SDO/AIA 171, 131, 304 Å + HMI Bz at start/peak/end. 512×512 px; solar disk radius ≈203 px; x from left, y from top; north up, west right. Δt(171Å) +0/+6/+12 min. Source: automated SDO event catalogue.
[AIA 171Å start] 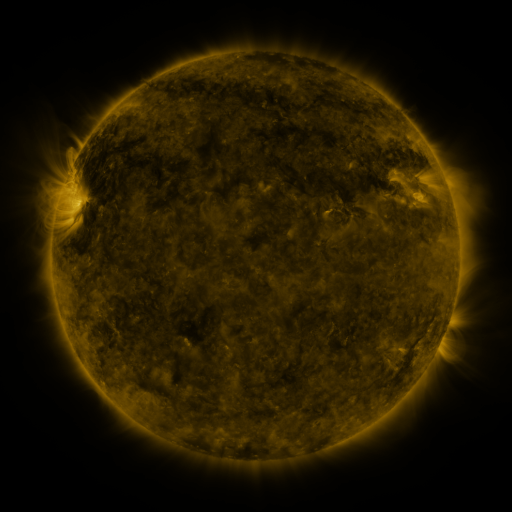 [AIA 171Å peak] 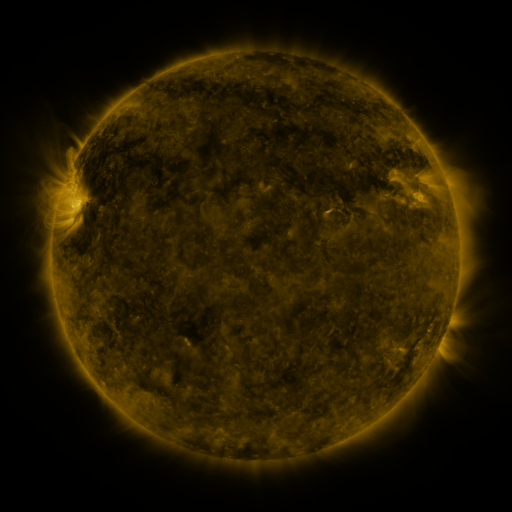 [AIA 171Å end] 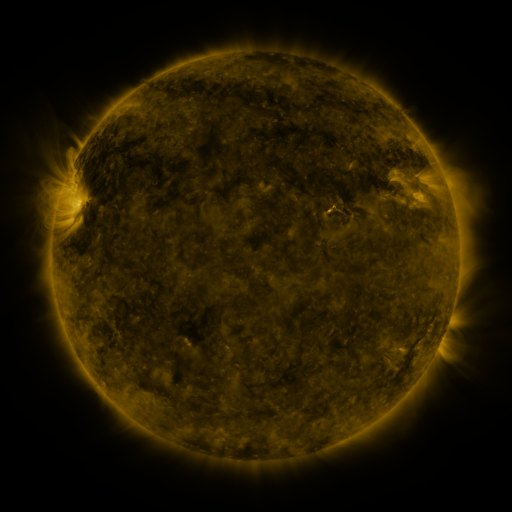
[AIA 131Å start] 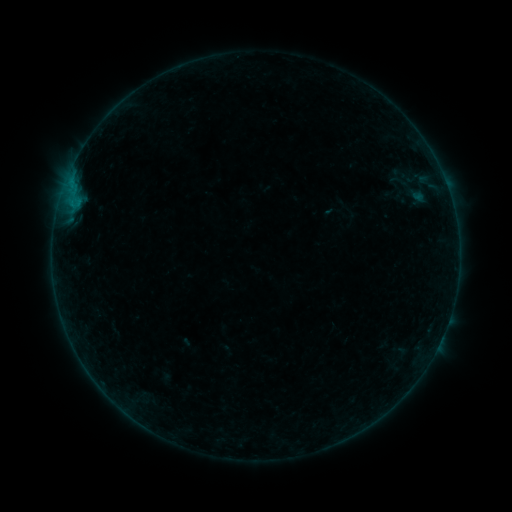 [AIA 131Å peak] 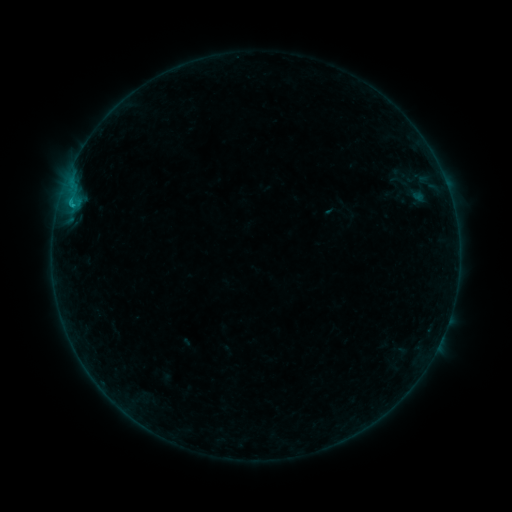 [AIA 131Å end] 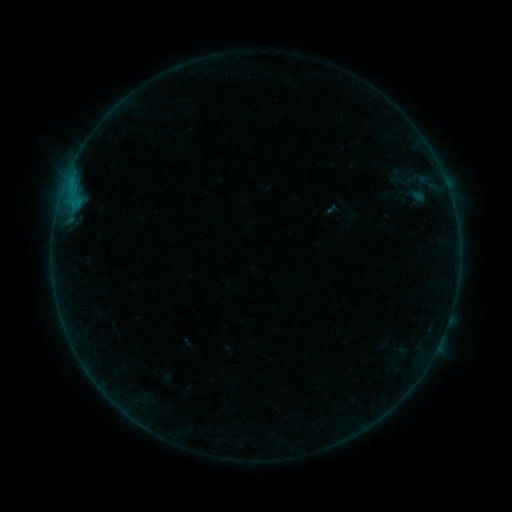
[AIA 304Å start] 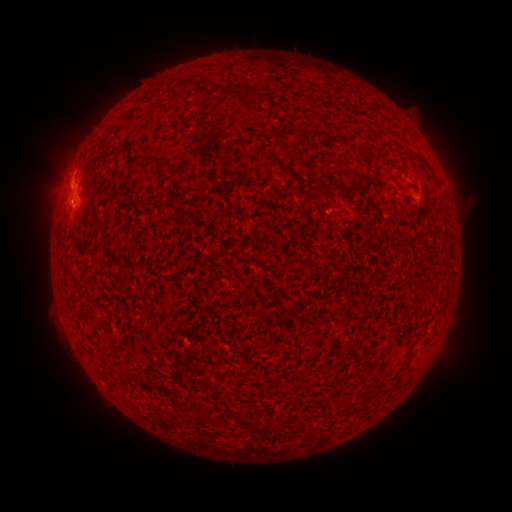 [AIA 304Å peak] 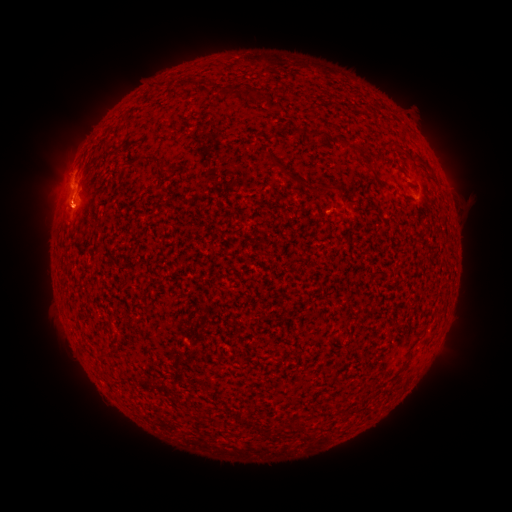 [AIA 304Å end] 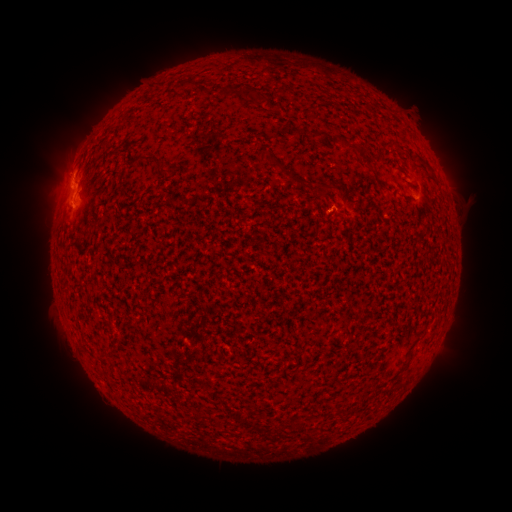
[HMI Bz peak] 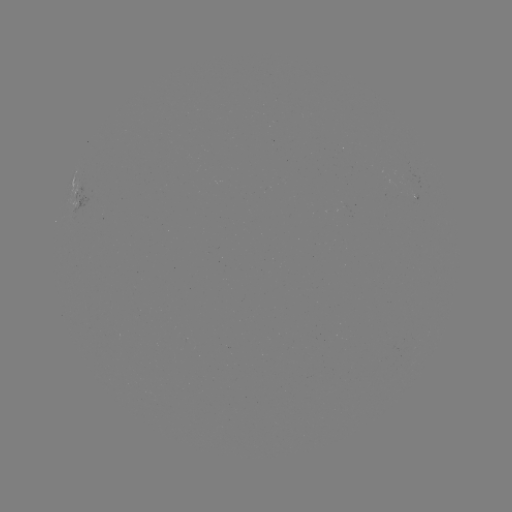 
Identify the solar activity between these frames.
B6.9 flare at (72, 186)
